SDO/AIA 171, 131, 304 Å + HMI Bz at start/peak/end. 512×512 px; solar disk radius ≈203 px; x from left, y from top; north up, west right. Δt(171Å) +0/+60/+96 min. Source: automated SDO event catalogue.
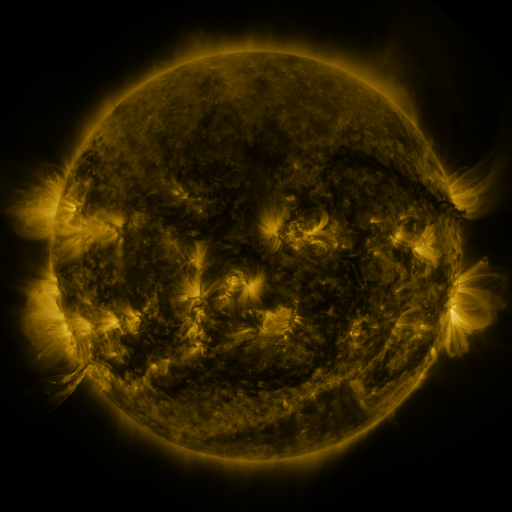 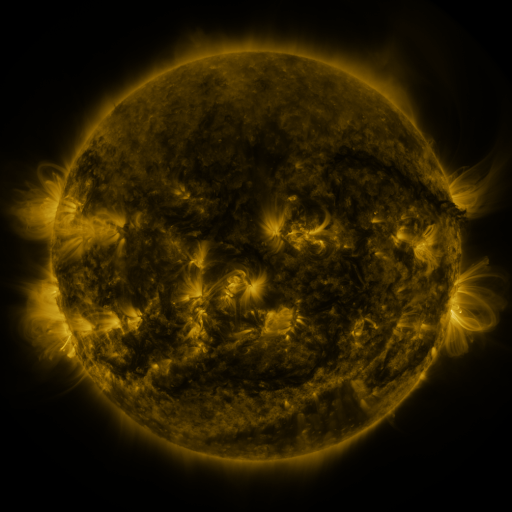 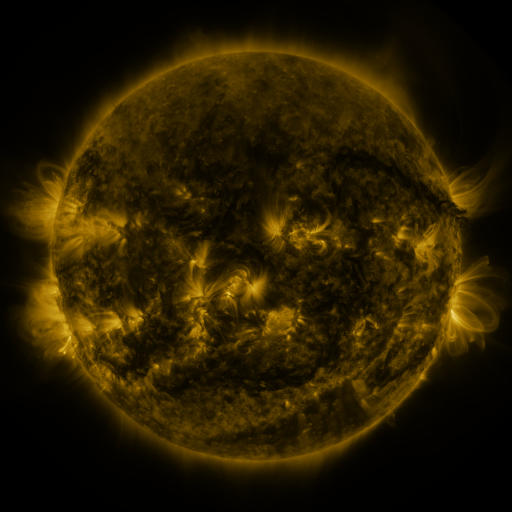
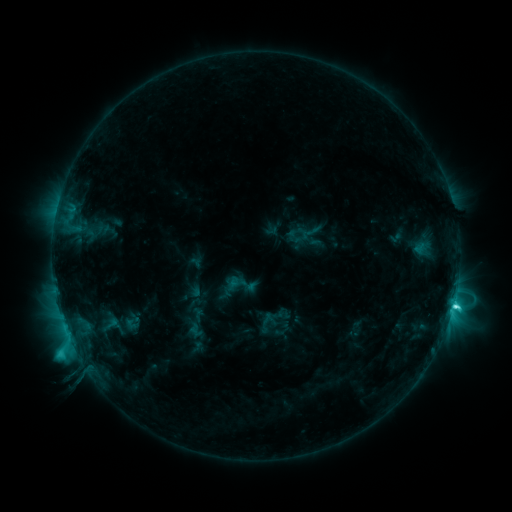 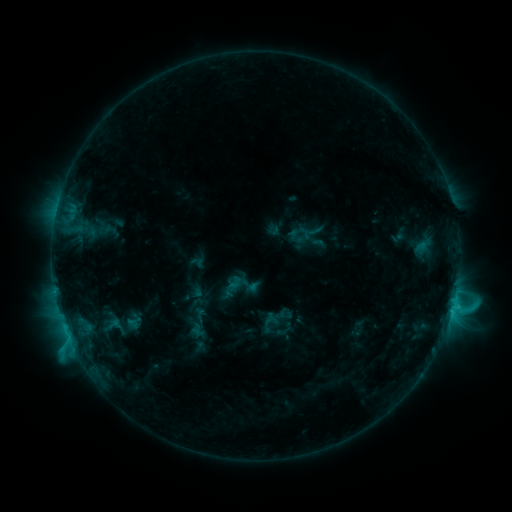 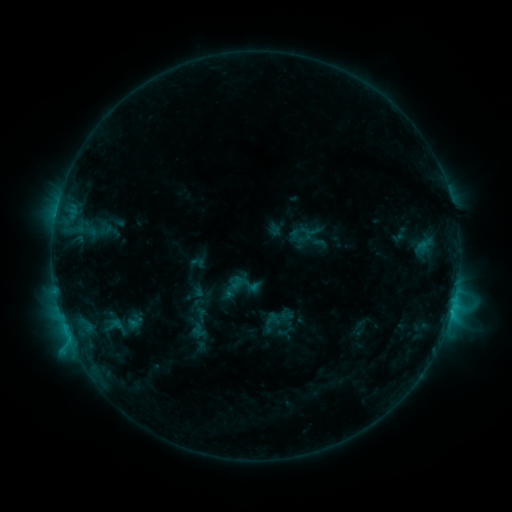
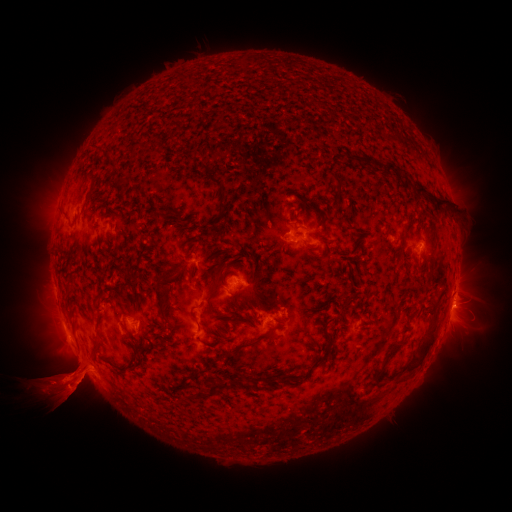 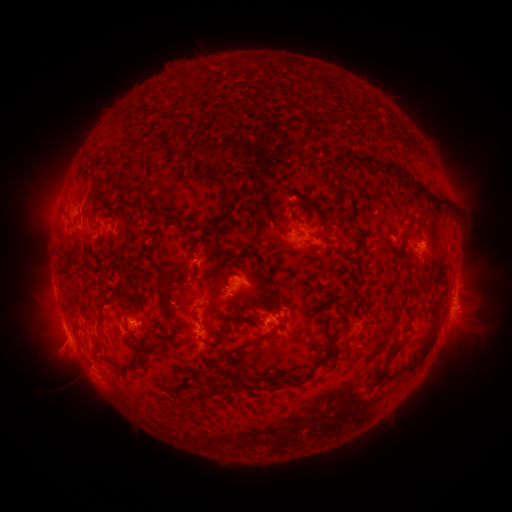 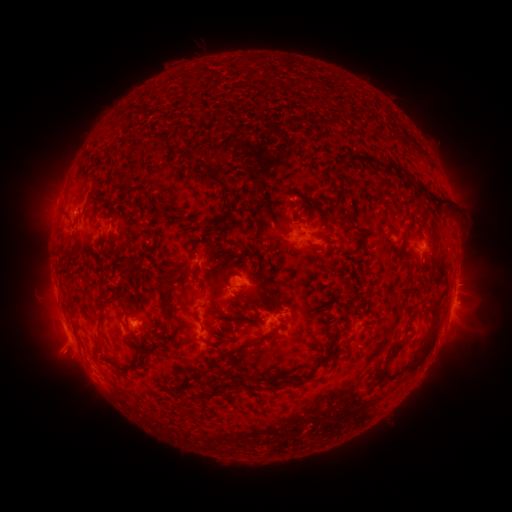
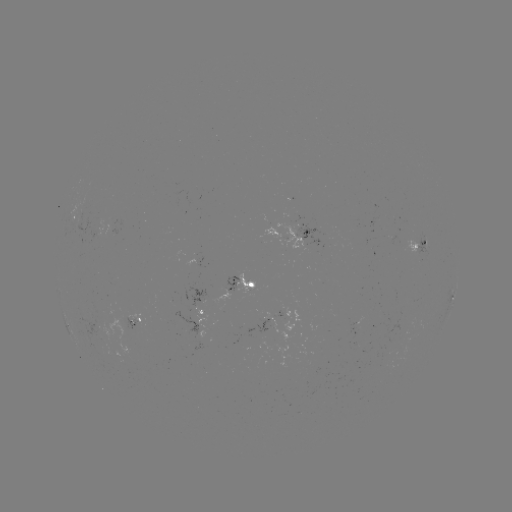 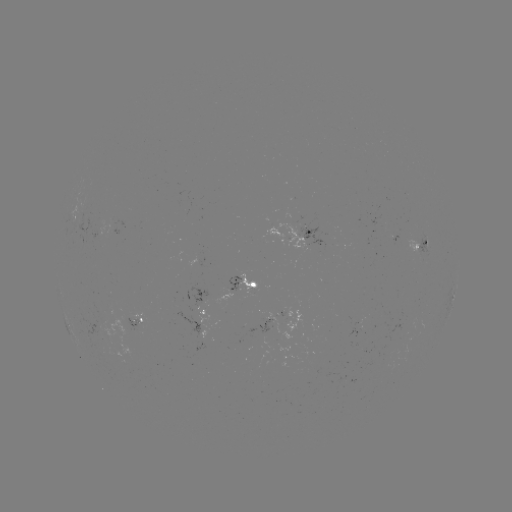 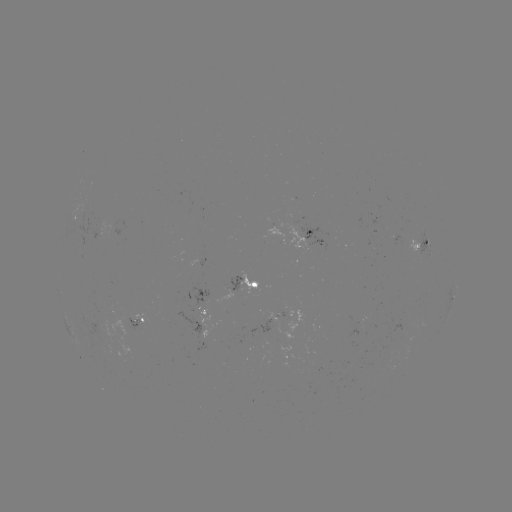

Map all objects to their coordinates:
emerging-flux region: (307, 231)
